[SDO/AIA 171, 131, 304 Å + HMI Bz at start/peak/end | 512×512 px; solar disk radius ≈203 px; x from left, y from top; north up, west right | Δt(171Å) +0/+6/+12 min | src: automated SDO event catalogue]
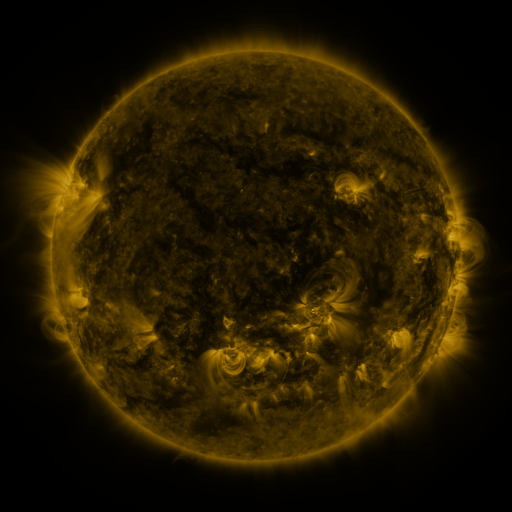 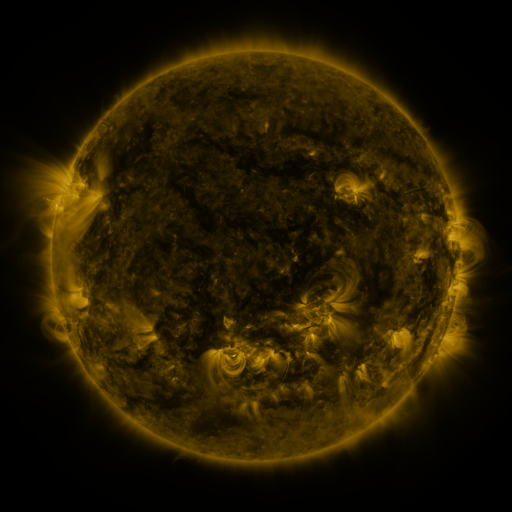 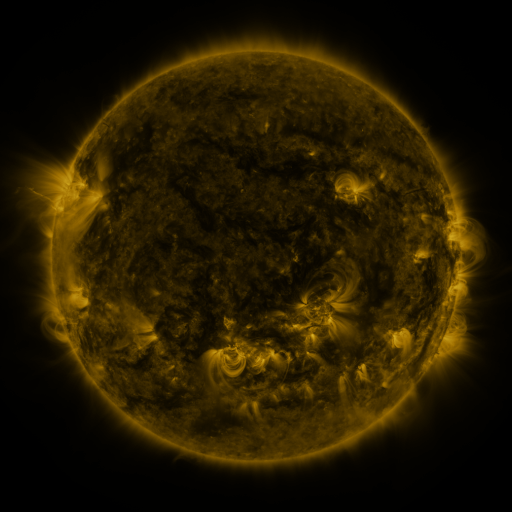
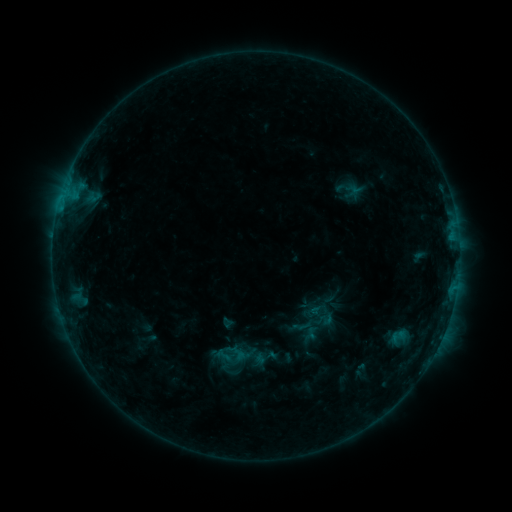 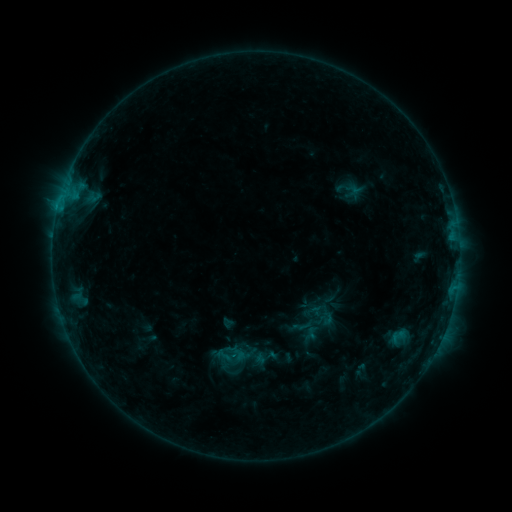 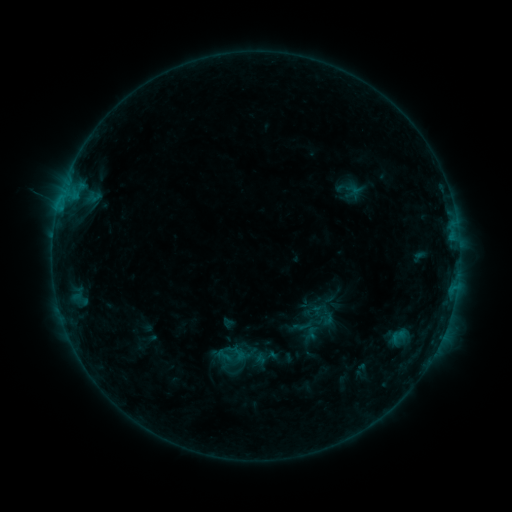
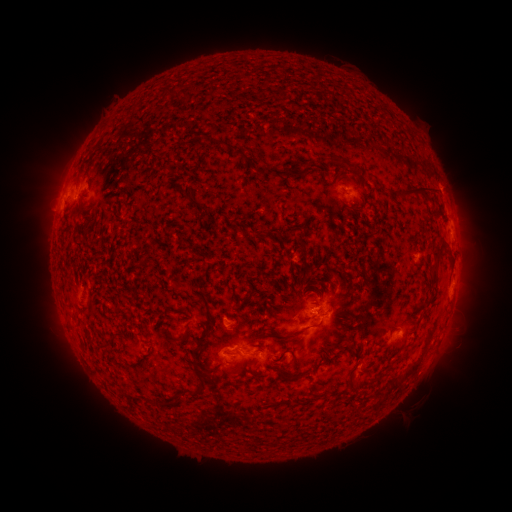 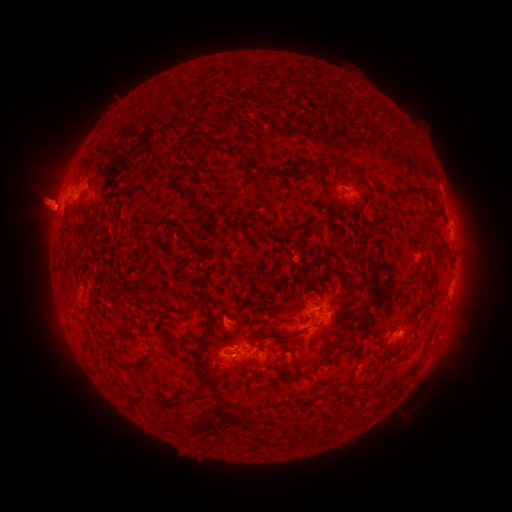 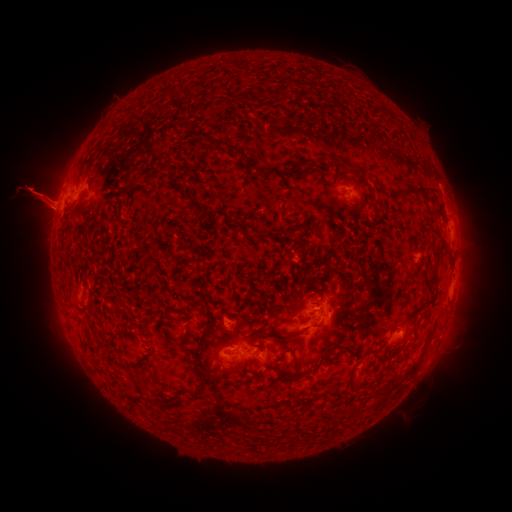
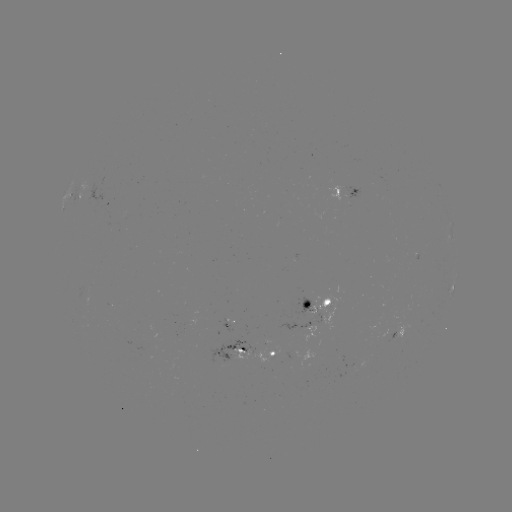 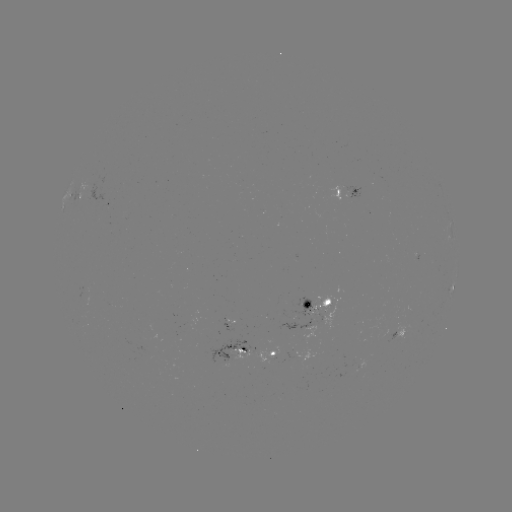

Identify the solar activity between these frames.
eruption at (43, 199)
